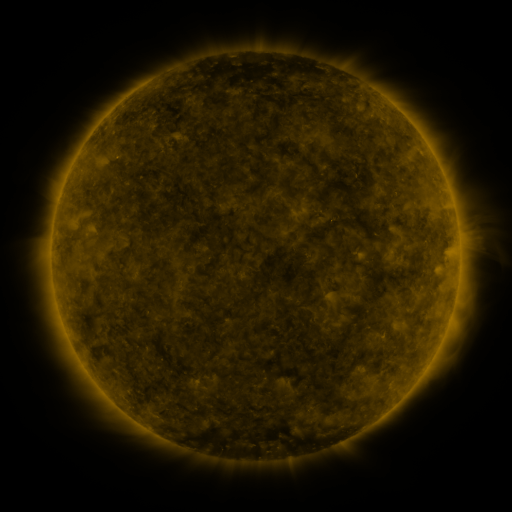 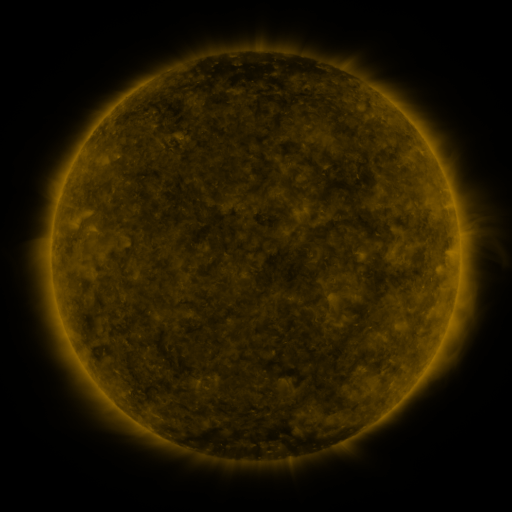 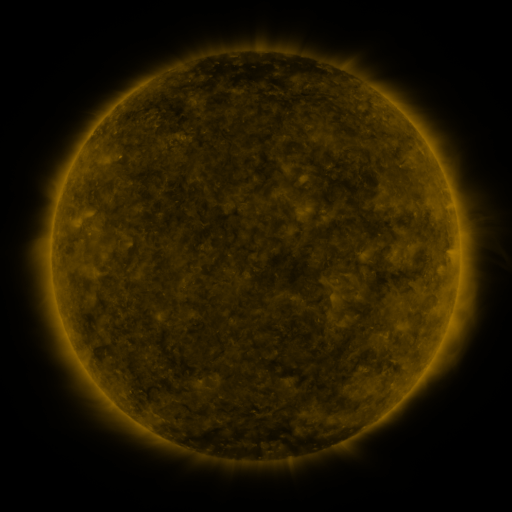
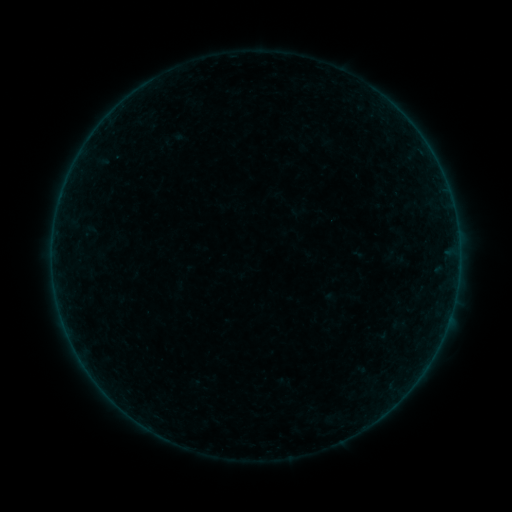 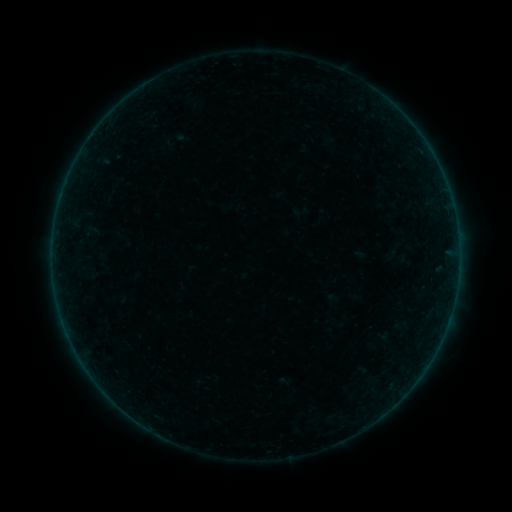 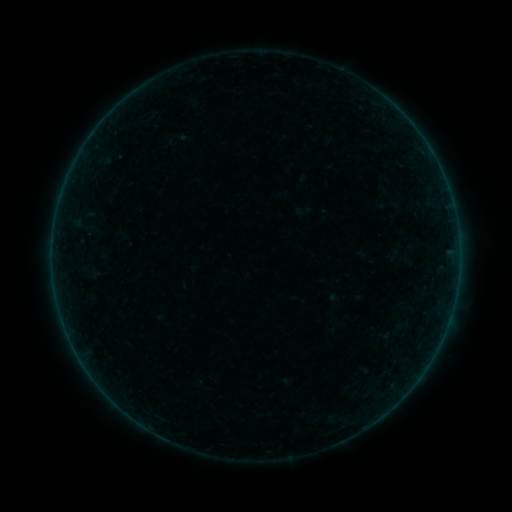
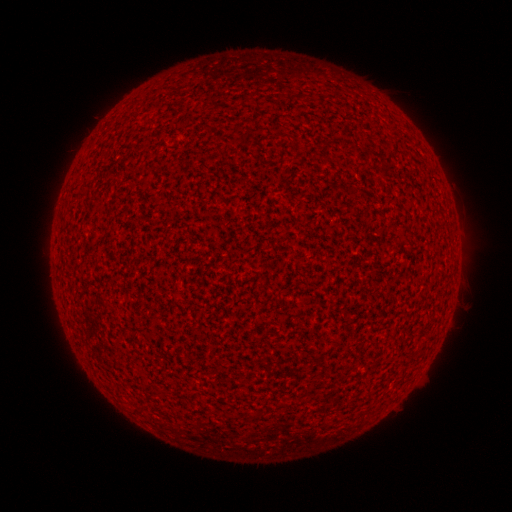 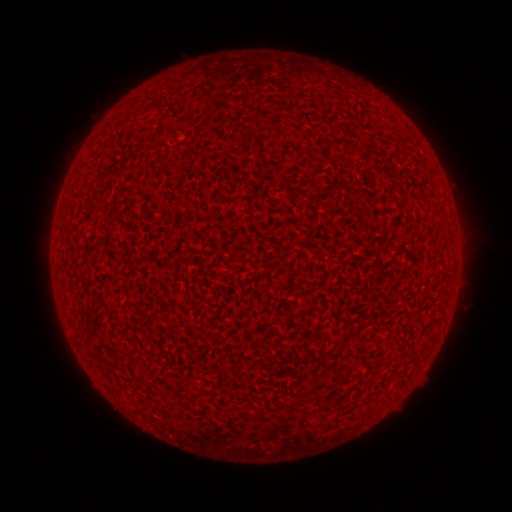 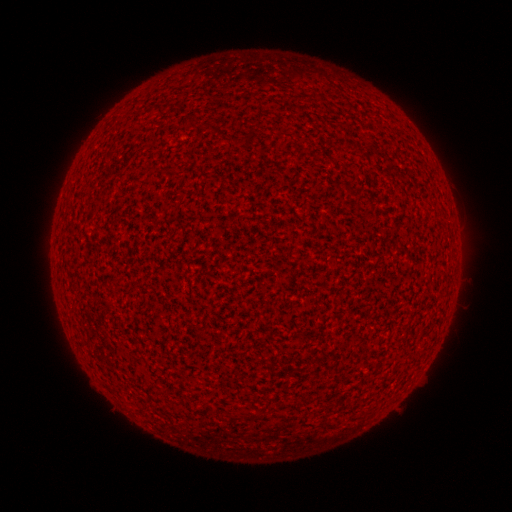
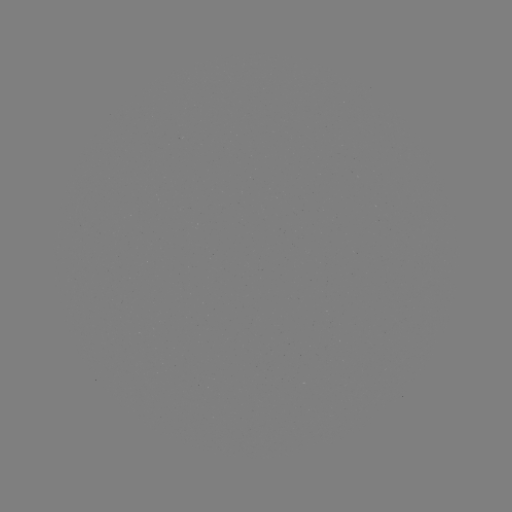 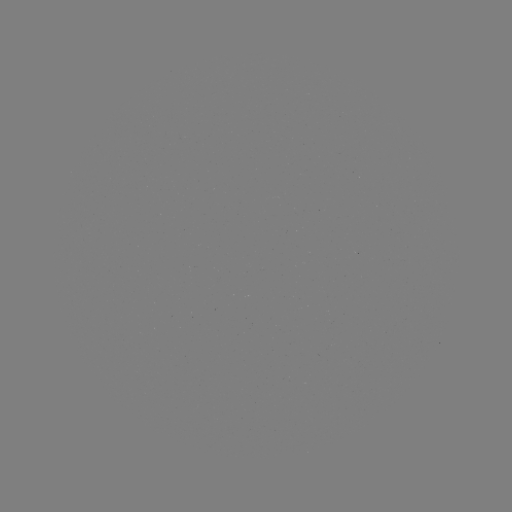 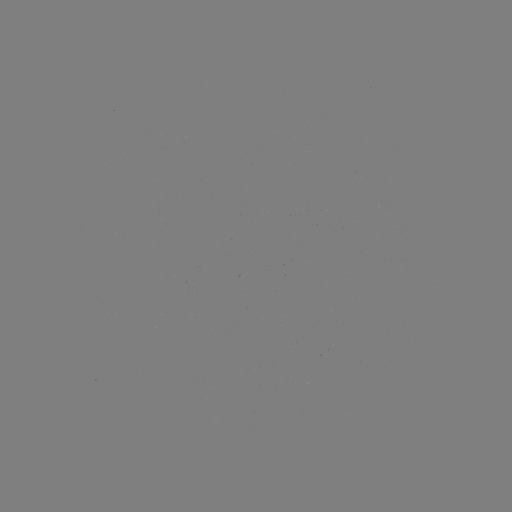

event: flare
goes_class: A8.9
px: (459, 252)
